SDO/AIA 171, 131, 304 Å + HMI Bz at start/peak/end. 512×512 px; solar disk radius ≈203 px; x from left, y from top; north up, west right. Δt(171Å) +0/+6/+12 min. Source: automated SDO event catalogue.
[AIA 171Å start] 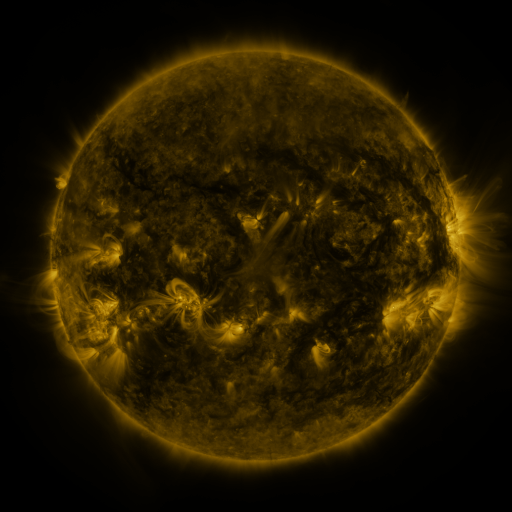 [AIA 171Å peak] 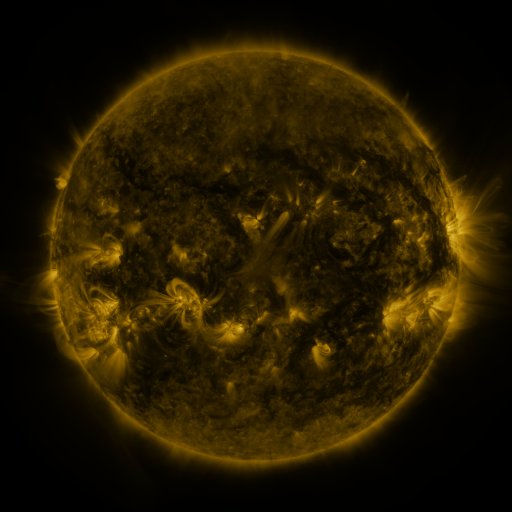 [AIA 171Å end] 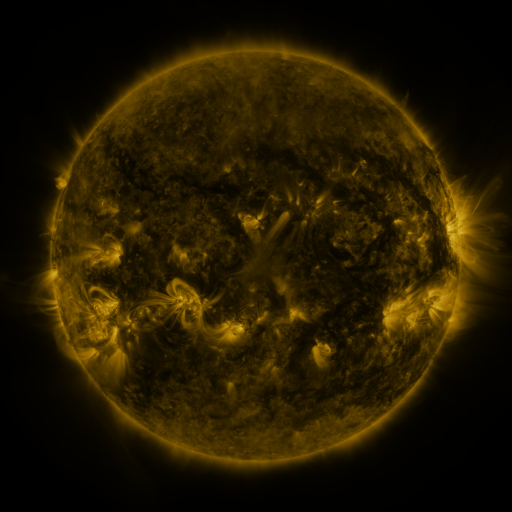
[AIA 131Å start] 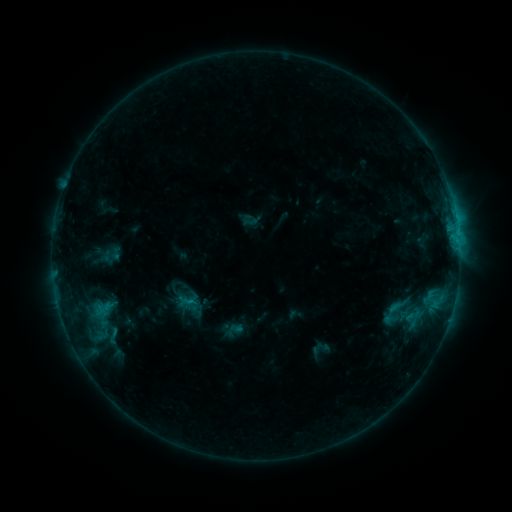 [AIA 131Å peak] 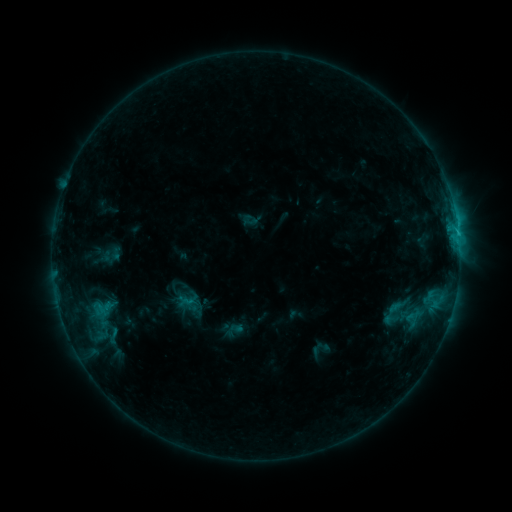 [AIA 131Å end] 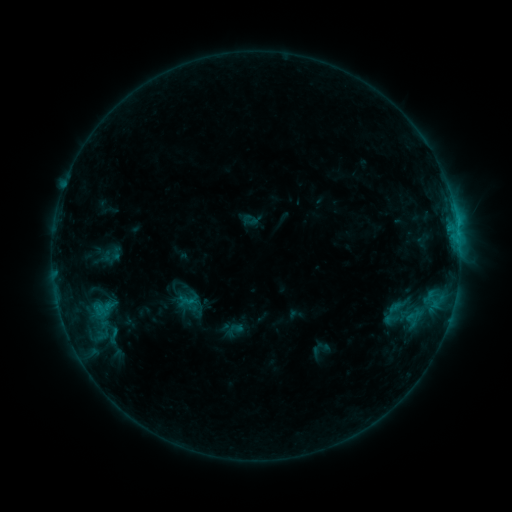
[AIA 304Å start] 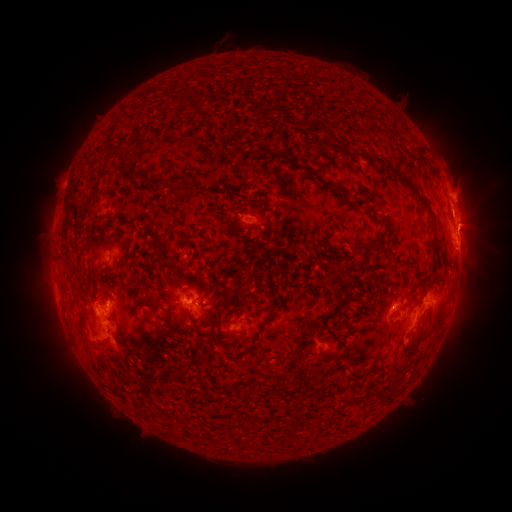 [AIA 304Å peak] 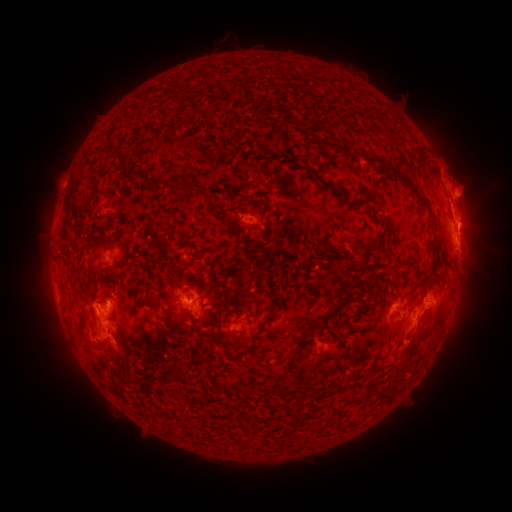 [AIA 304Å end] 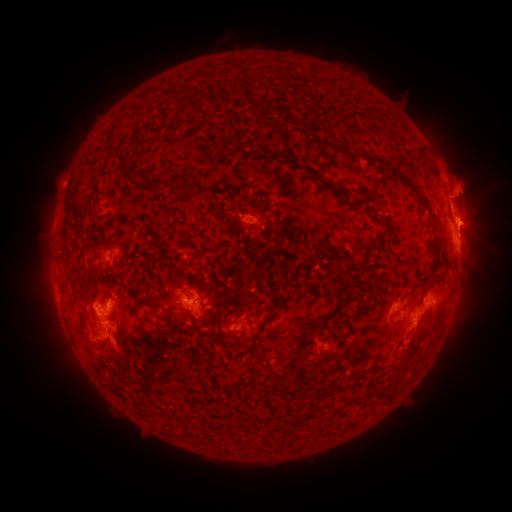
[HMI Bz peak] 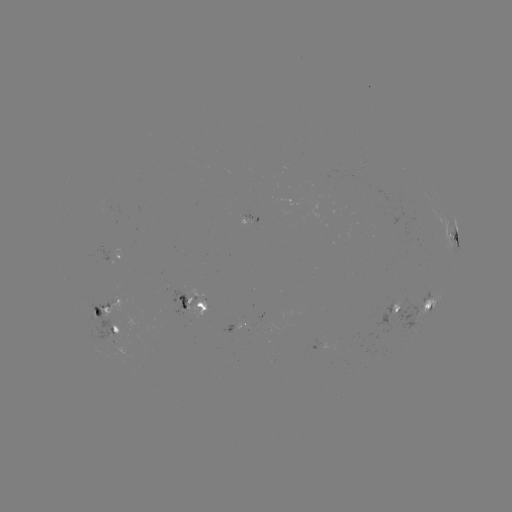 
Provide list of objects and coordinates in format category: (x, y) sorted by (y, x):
eruption: (414, 342)
